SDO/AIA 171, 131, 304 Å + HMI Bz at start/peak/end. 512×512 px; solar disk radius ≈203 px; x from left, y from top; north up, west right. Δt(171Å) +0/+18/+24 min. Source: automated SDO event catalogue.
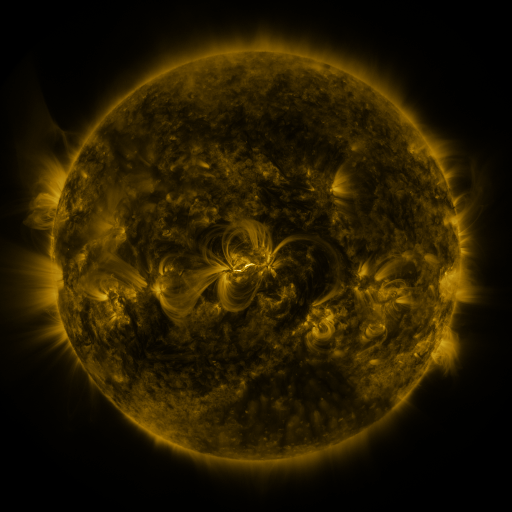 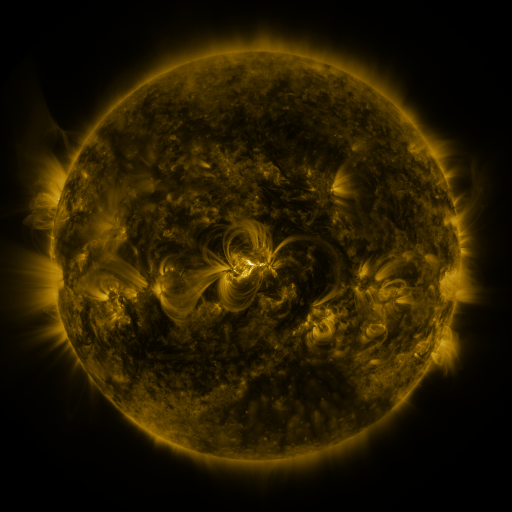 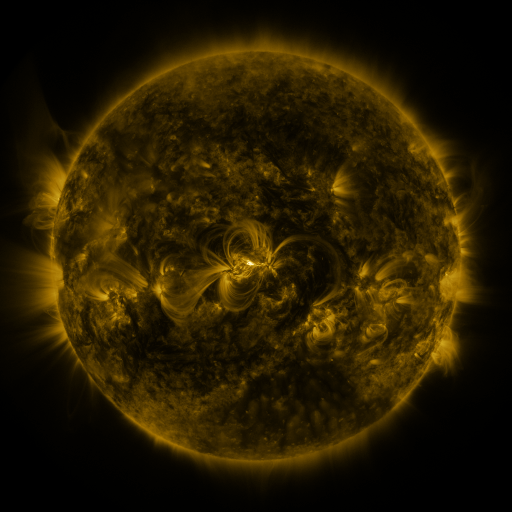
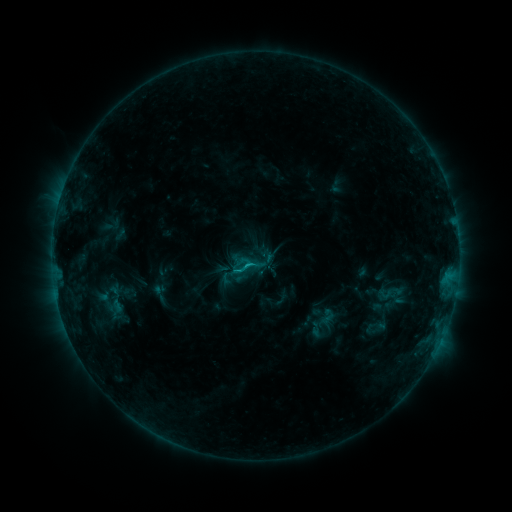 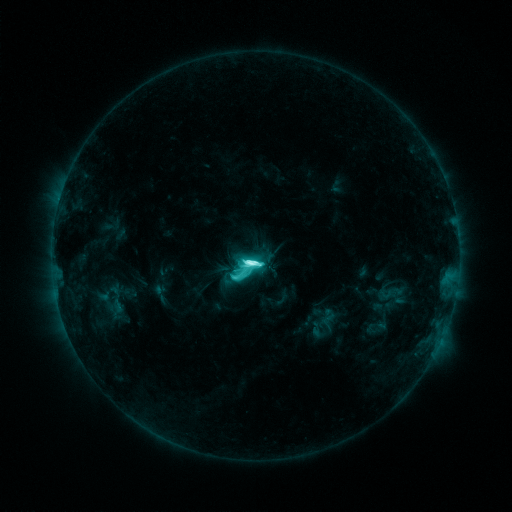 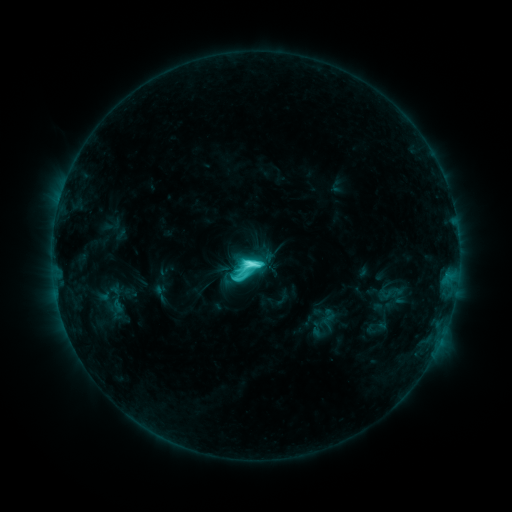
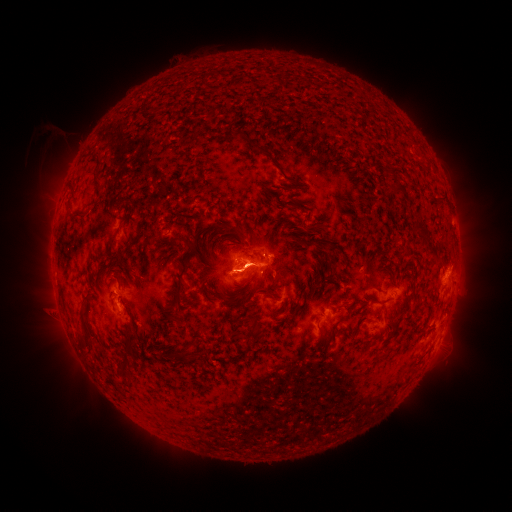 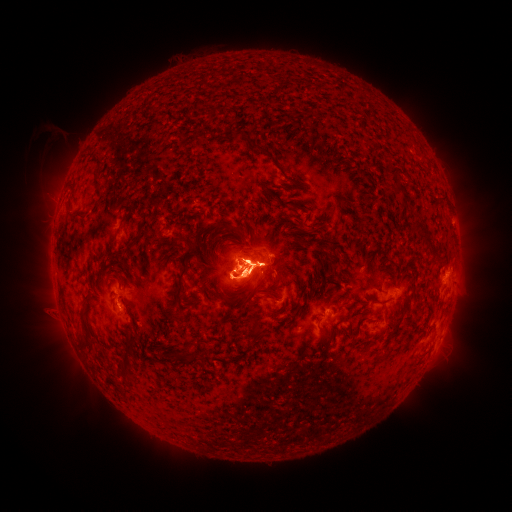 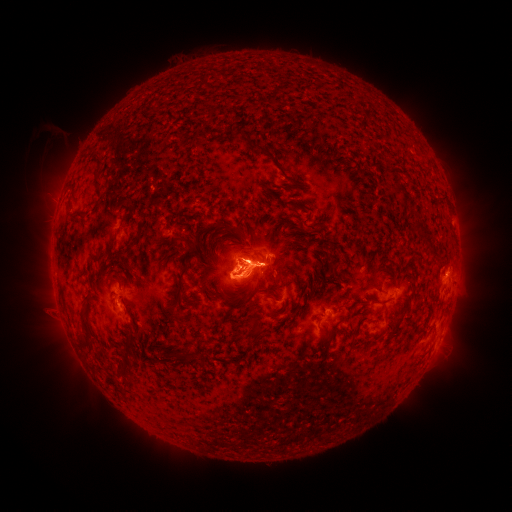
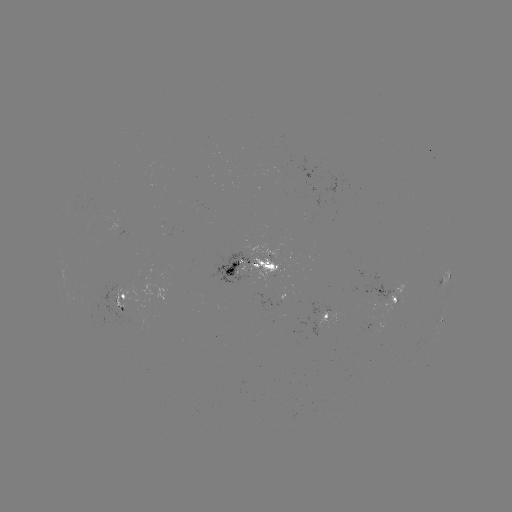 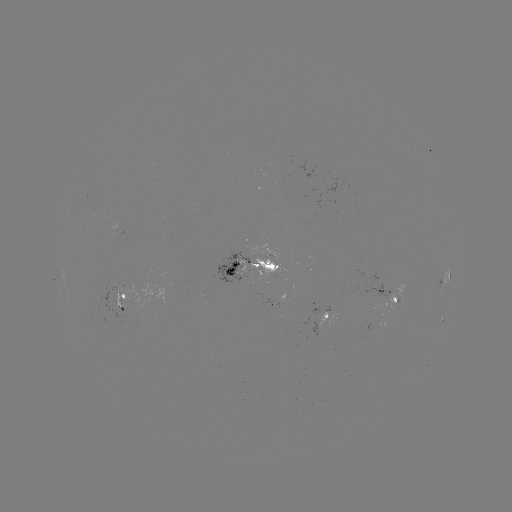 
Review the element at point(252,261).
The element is M1.3 flare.